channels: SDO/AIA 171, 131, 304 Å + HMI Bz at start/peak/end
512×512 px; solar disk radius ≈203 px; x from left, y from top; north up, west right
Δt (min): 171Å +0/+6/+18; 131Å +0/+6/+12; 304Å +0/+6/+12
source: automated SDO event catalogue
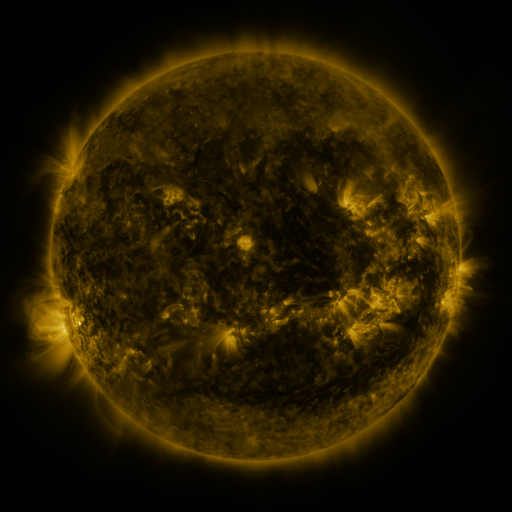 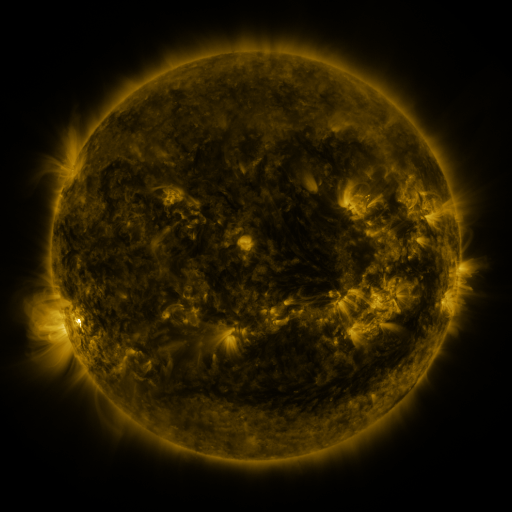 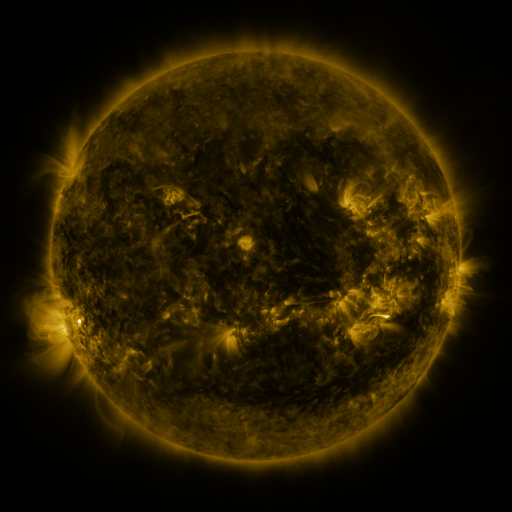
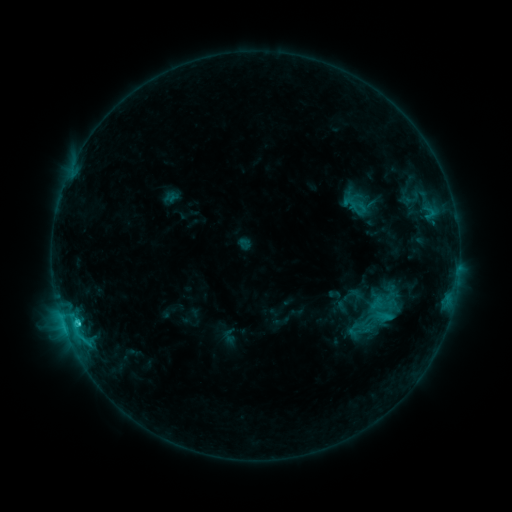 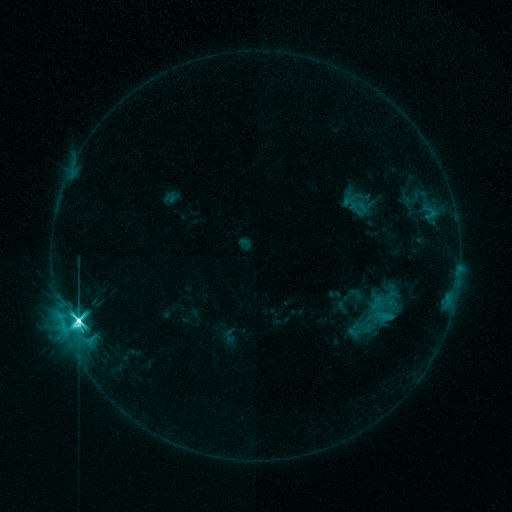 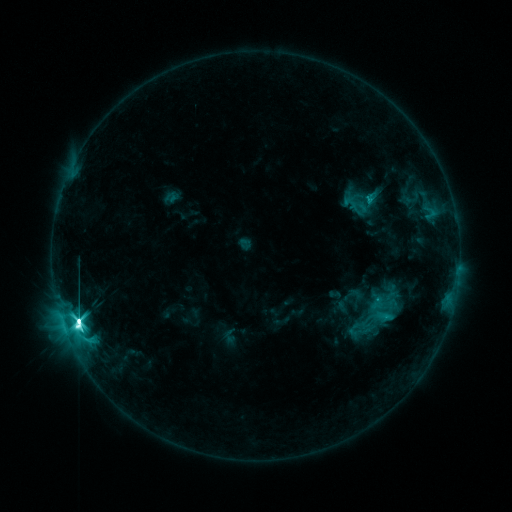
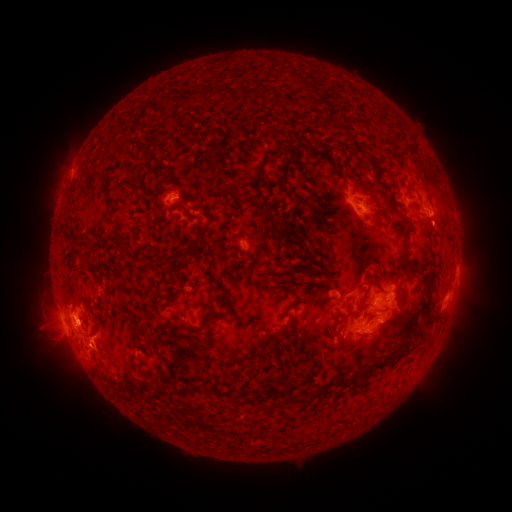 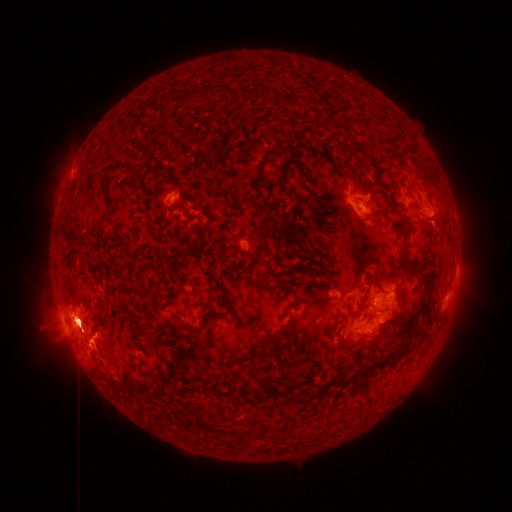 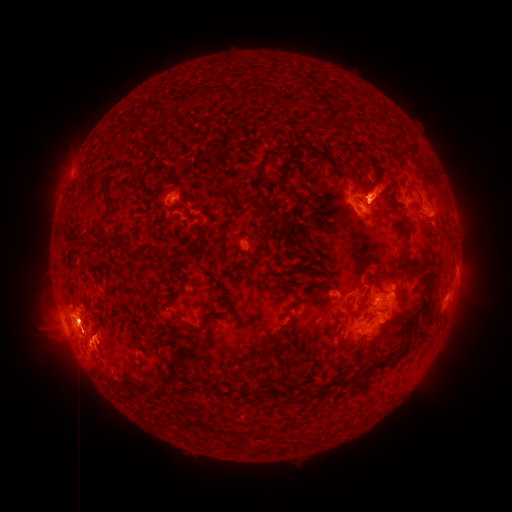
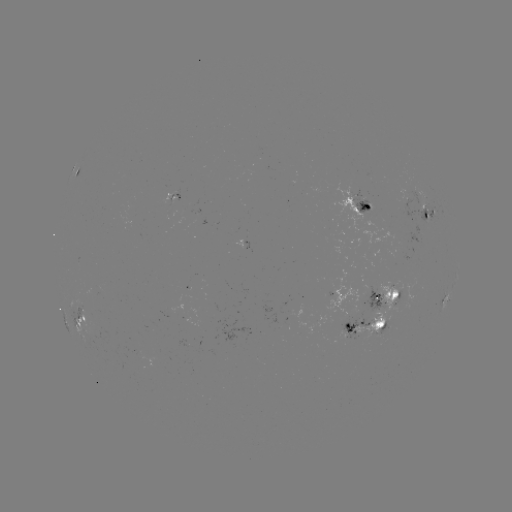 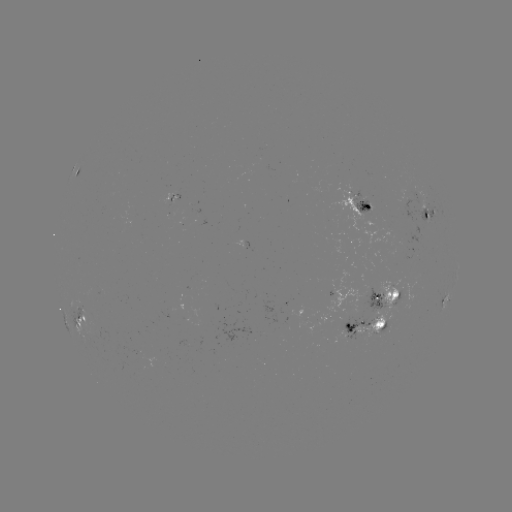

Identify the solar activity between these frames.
X1.0 flare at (79, 319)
